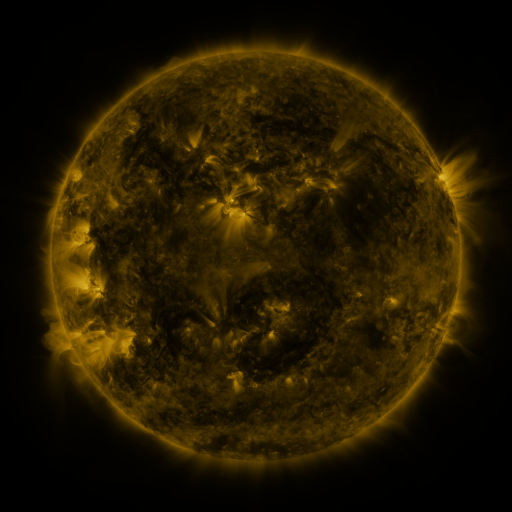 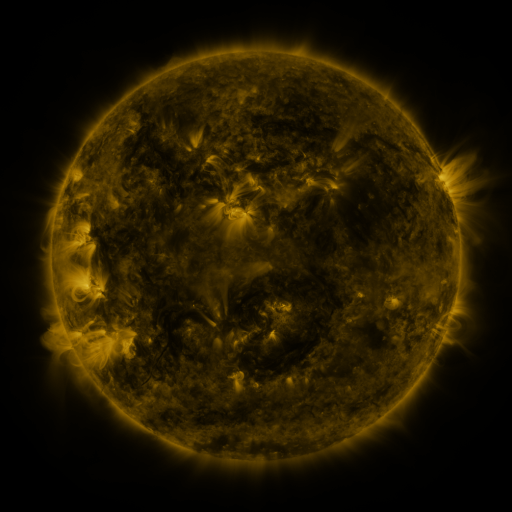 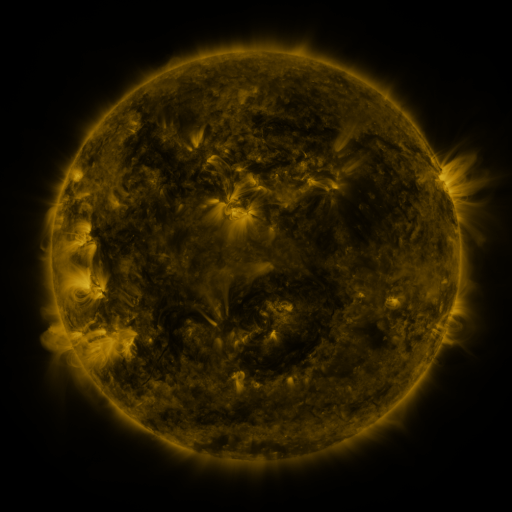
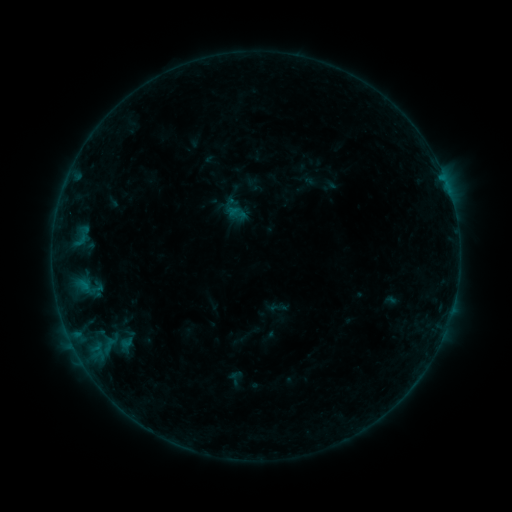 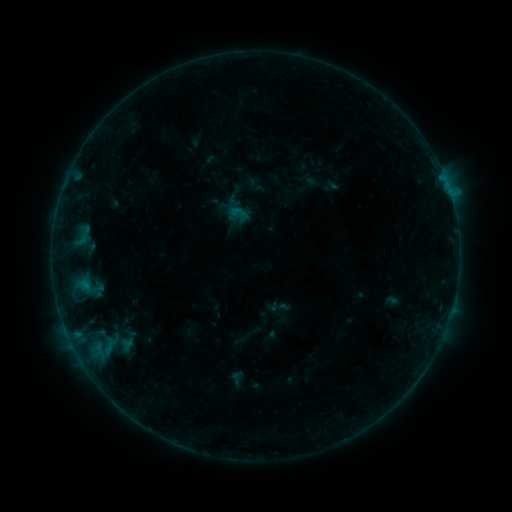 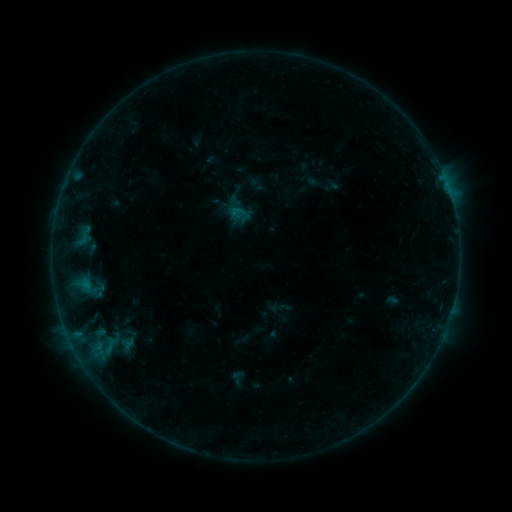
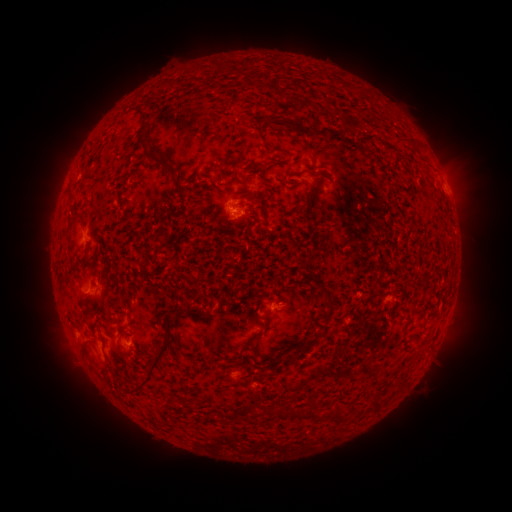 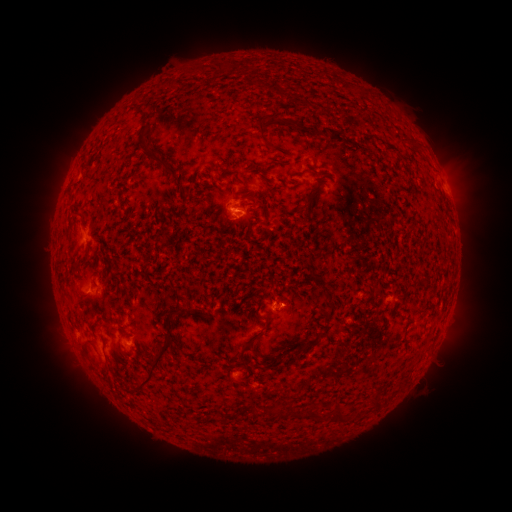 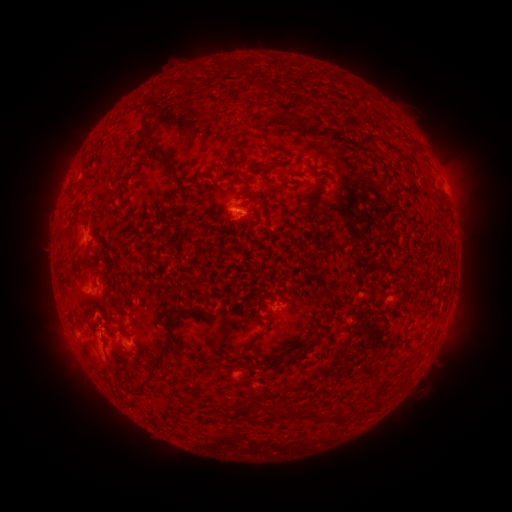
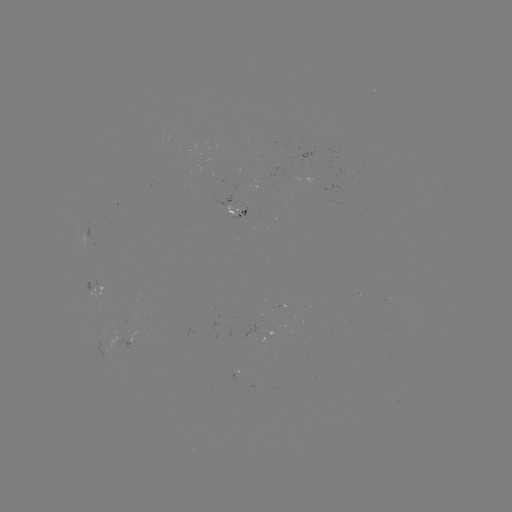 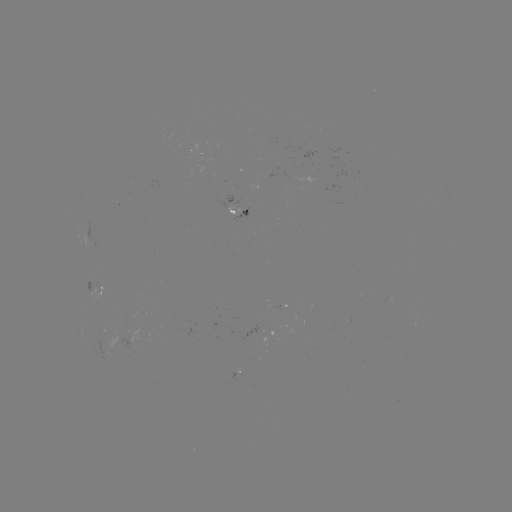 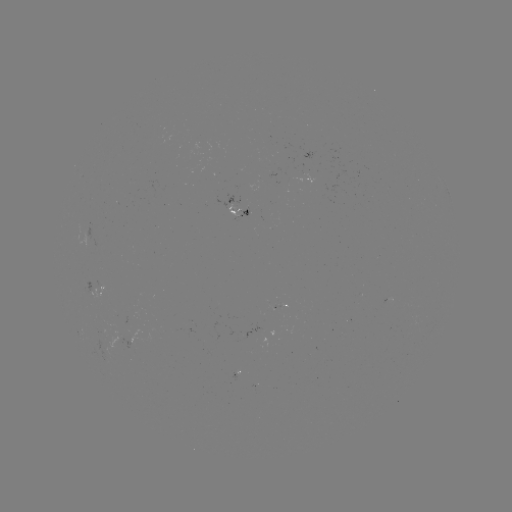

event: flare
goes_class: B3.3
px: (450, 195)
